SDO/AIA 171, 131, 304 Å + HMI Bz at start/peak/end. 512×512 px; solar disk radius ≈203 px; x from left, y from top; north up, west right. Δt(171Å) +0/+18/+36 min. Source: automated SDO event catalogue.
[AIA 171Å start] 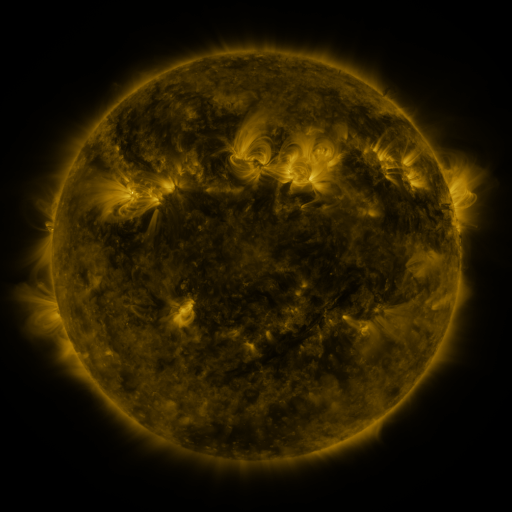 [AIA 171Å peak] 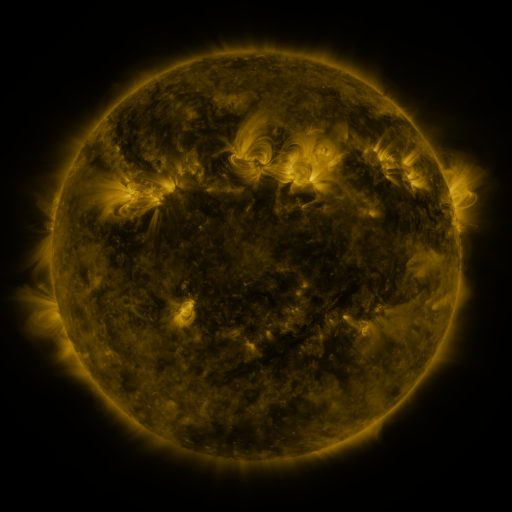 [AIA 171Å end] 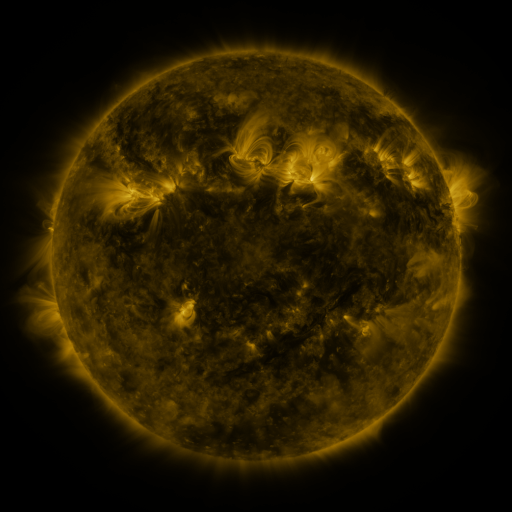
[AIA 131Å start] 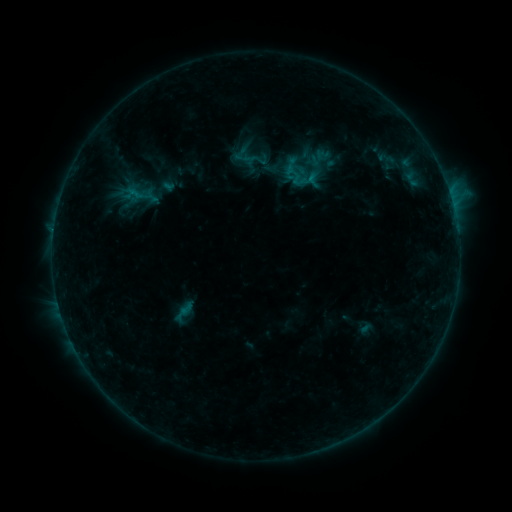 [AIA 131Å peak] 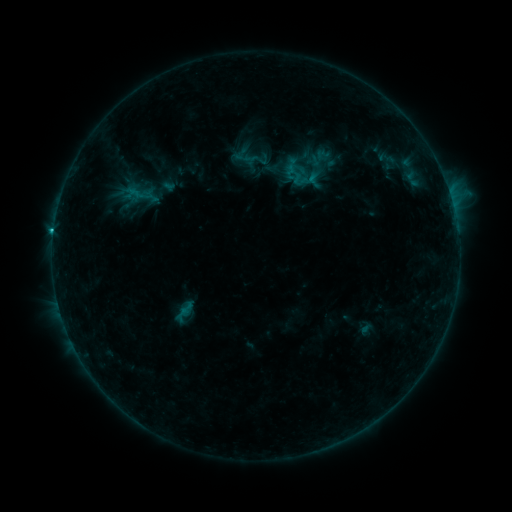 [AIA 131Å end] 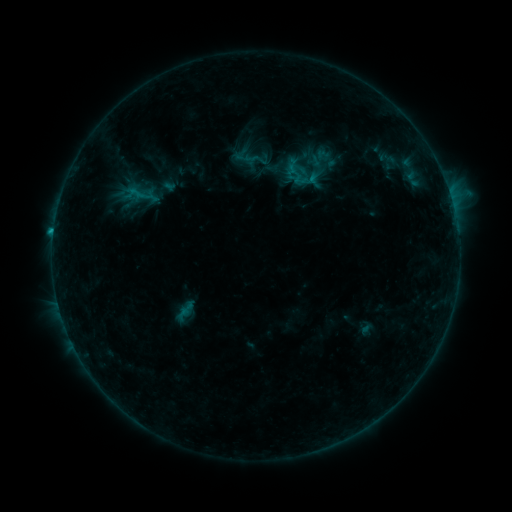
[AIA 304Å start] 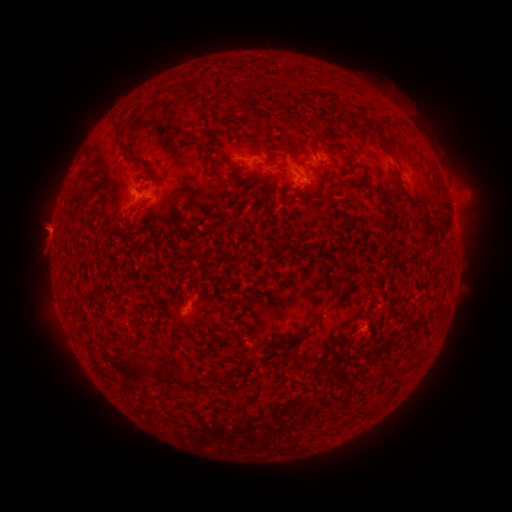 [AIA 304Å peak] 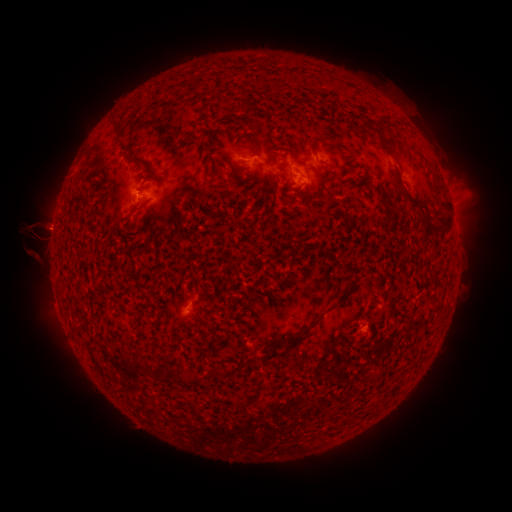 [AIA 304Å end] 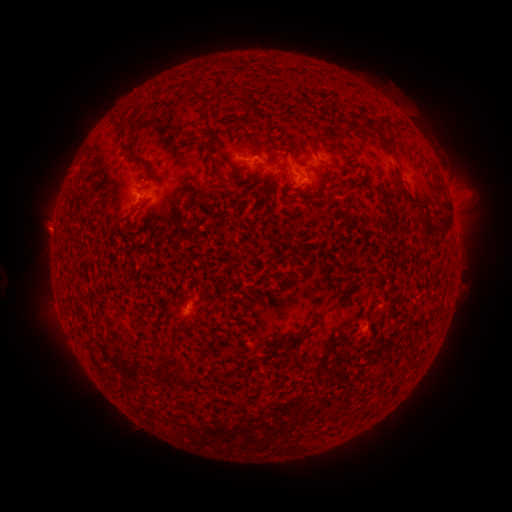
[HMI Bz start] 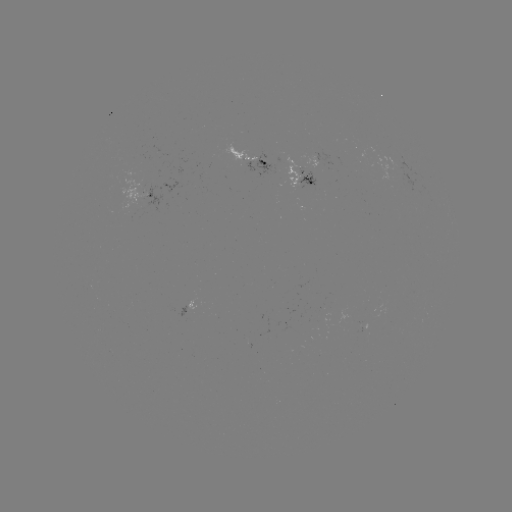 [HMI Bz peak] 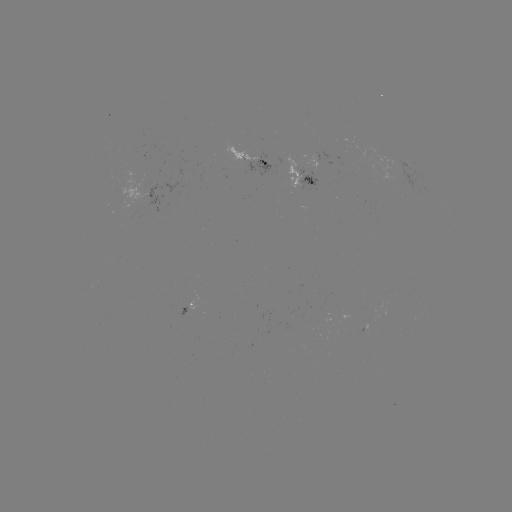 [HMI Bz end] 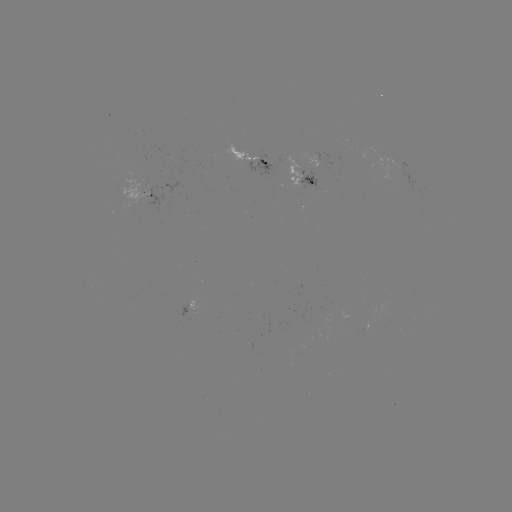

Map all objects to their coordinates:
eruption: (37, 247)
